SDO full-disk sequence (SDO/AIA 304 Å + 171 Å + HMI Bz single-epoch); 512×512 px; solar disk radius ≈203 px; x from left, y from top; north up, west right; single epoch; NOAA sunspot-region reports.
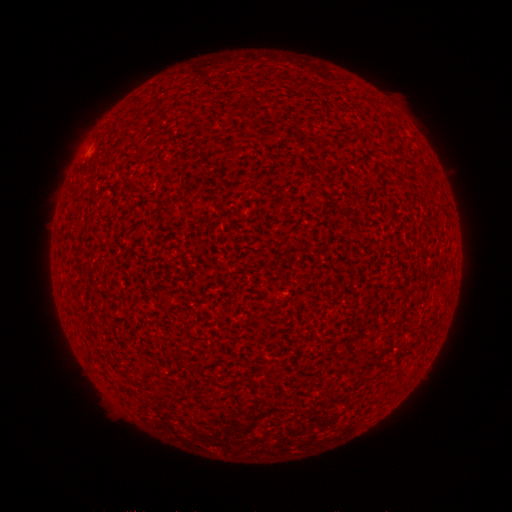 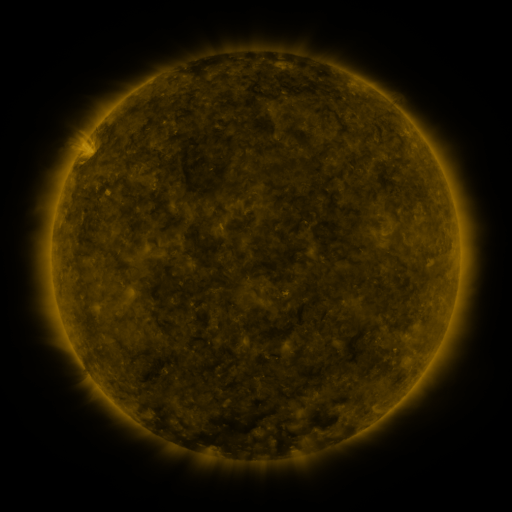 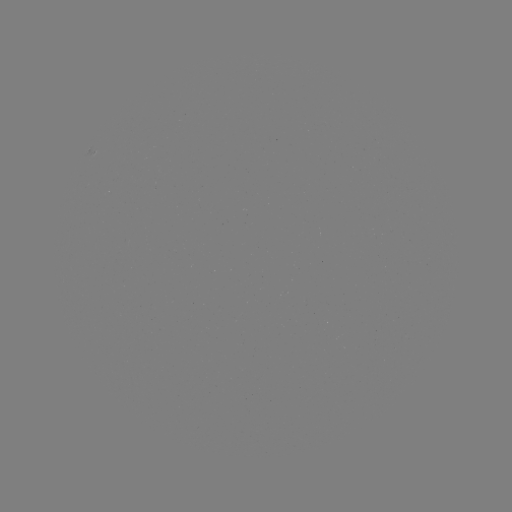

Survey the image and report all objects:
(none)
